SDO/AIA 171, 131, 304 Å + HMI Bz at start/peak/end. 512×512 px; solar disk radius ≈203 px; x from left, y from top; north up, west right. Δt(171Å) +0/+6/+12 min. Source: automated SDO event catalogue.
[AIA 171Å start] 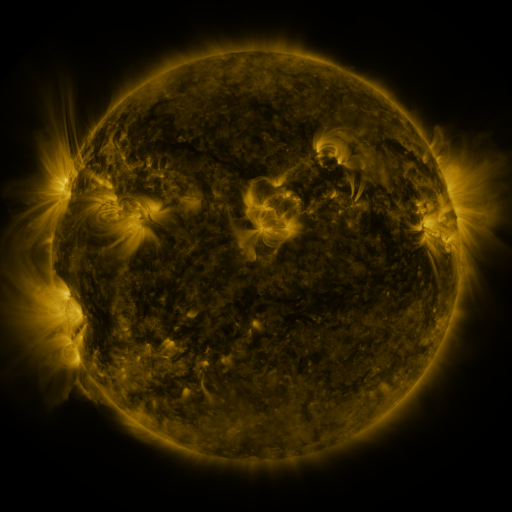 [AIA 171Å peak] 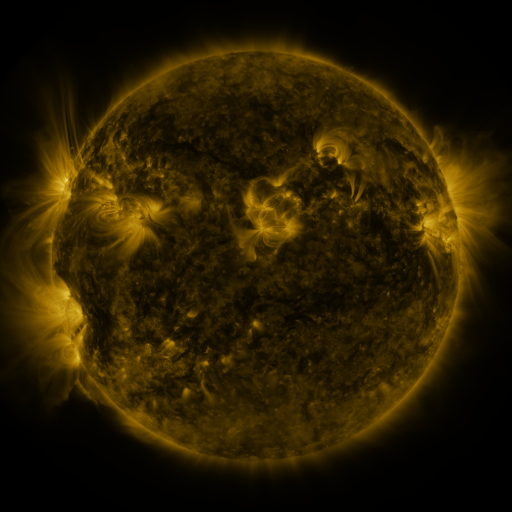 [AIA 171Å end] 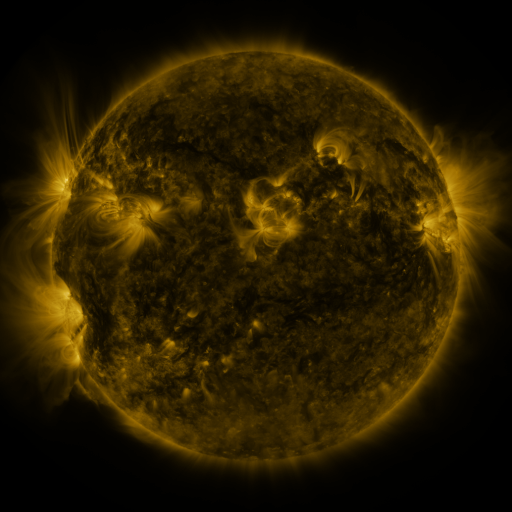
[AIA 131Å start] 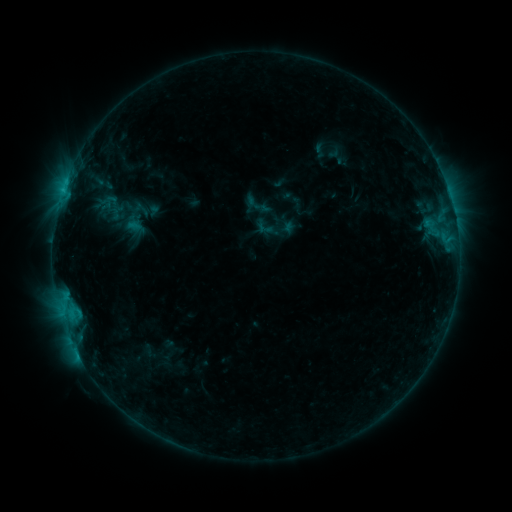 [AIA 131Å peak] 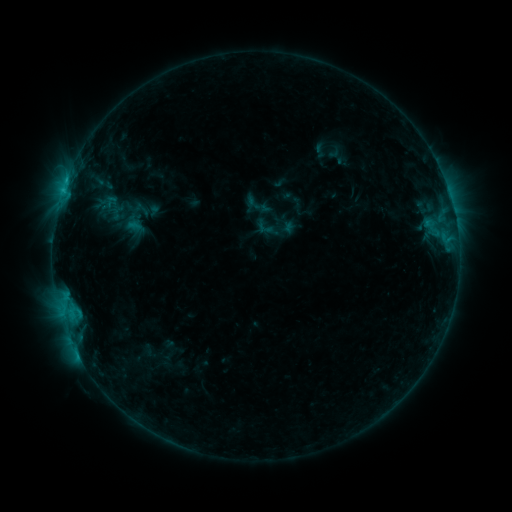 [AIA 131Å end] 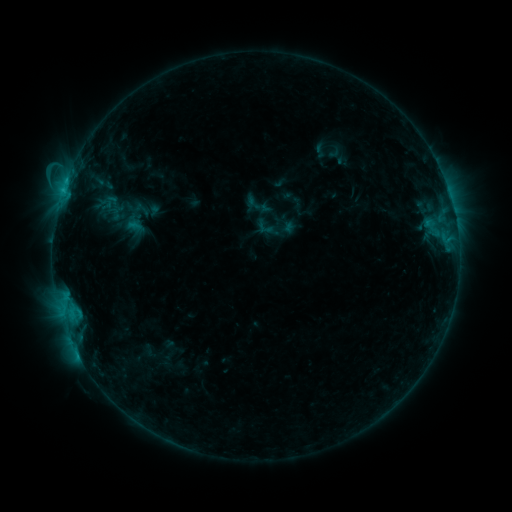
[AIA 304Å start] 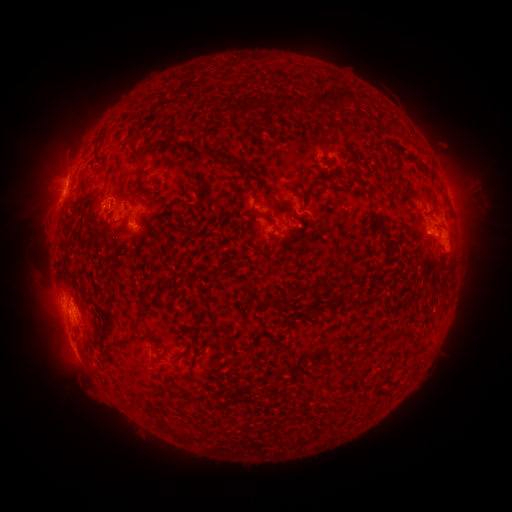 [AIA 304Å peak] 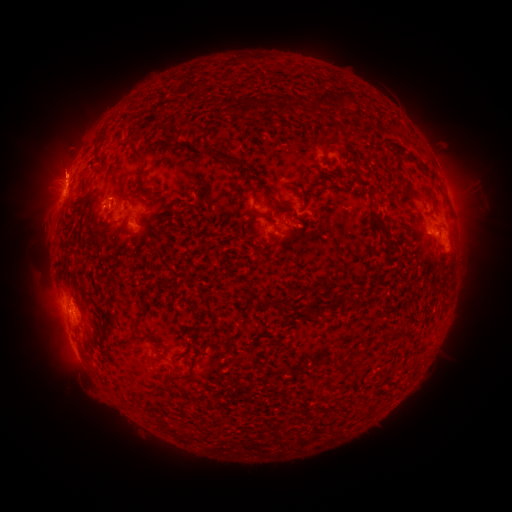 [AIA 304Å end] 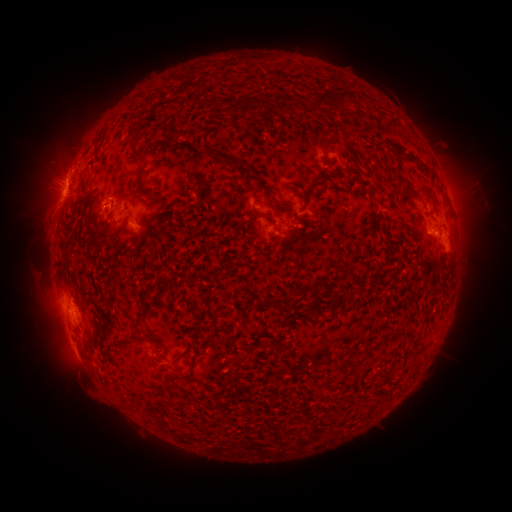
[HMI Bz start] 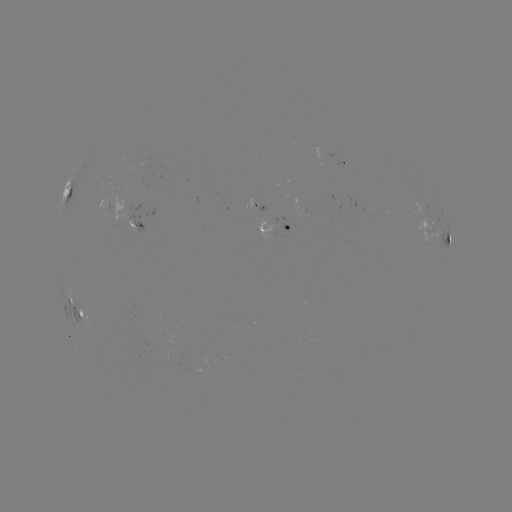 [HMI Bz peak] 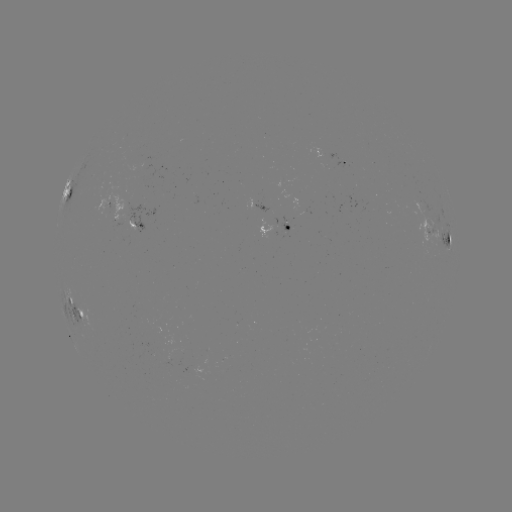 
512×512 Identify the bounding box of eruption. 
[23, 104, 90, 191].